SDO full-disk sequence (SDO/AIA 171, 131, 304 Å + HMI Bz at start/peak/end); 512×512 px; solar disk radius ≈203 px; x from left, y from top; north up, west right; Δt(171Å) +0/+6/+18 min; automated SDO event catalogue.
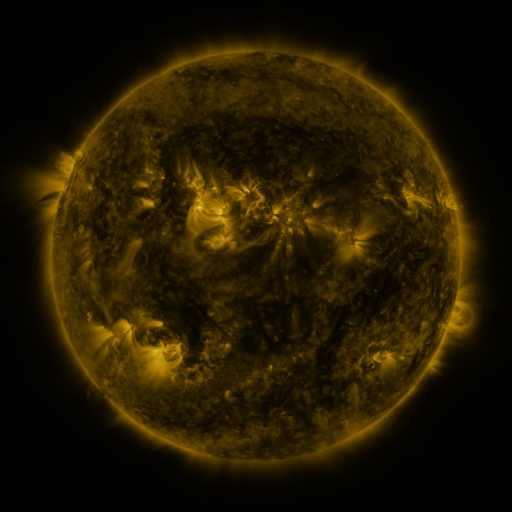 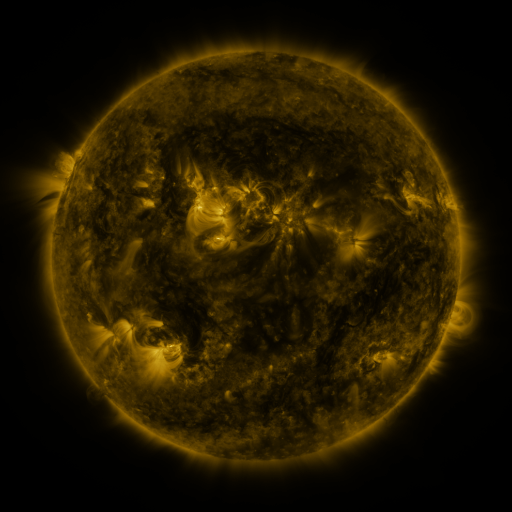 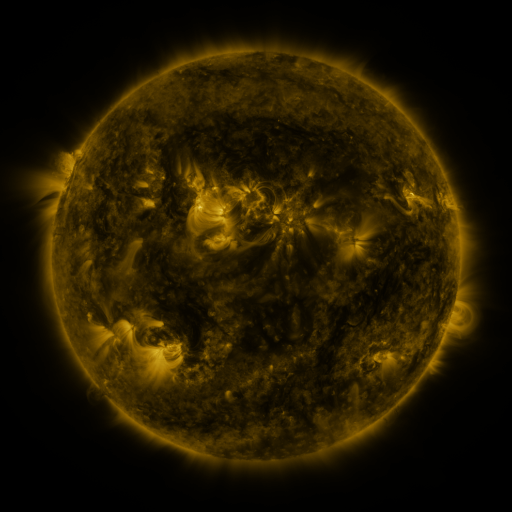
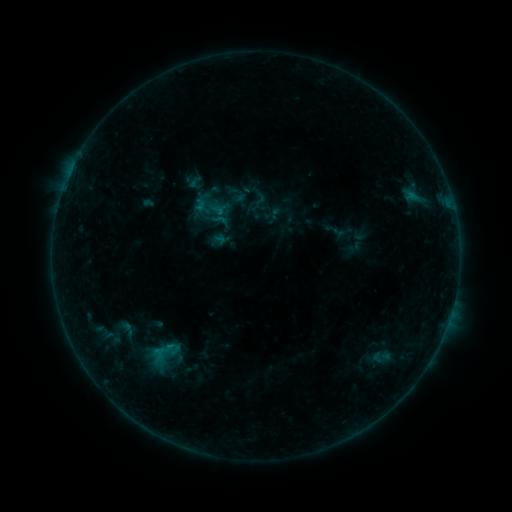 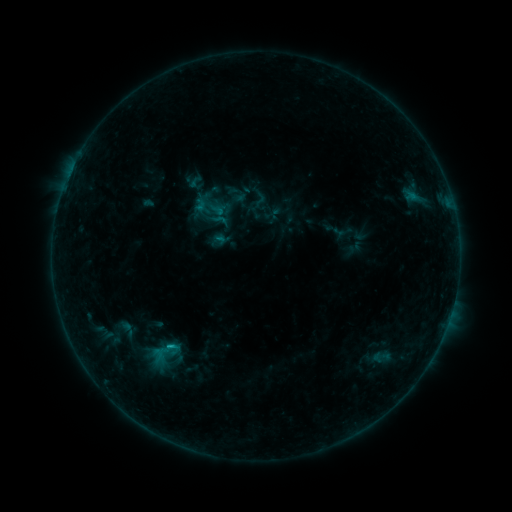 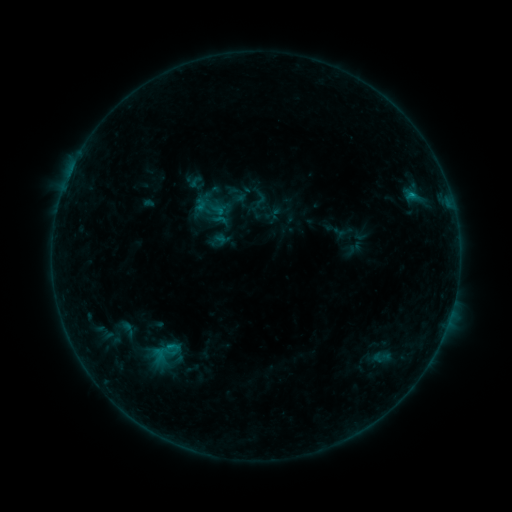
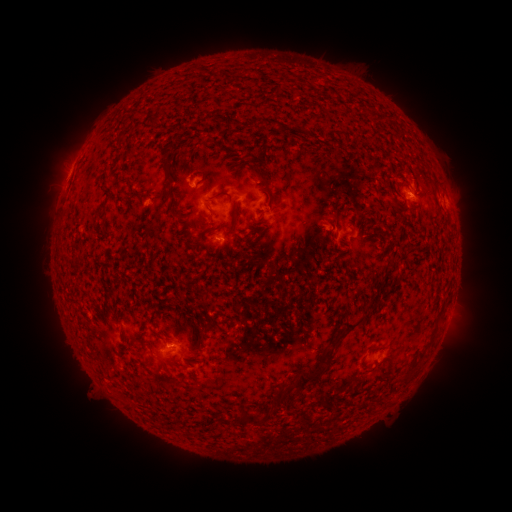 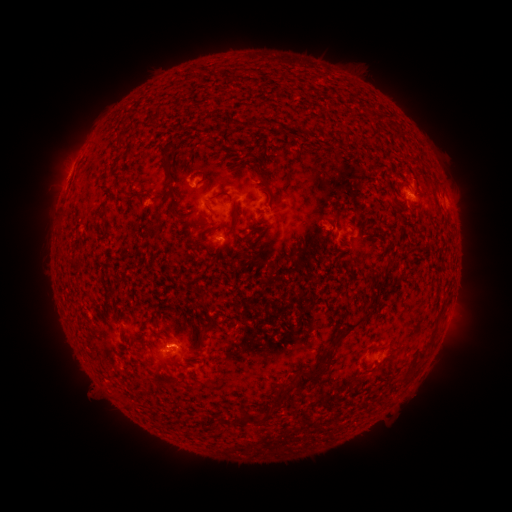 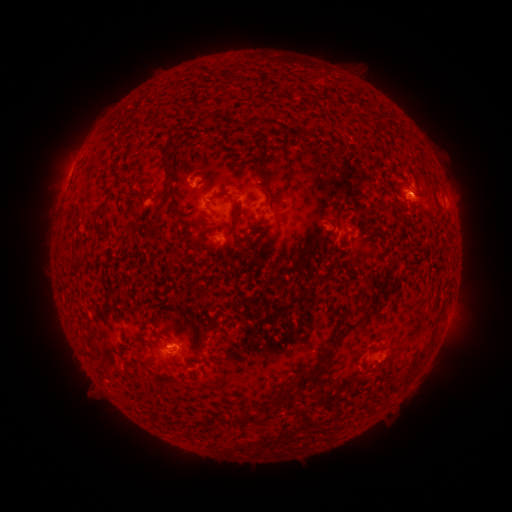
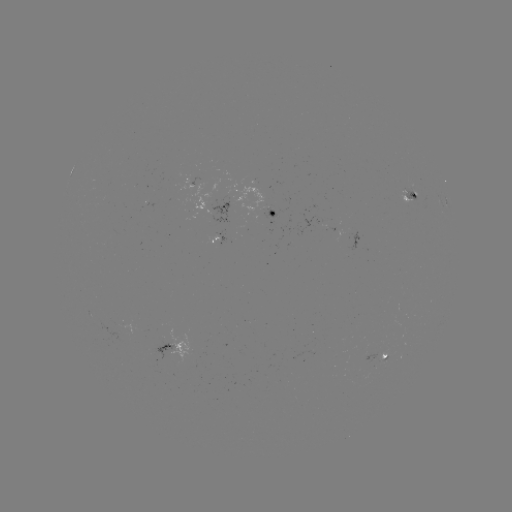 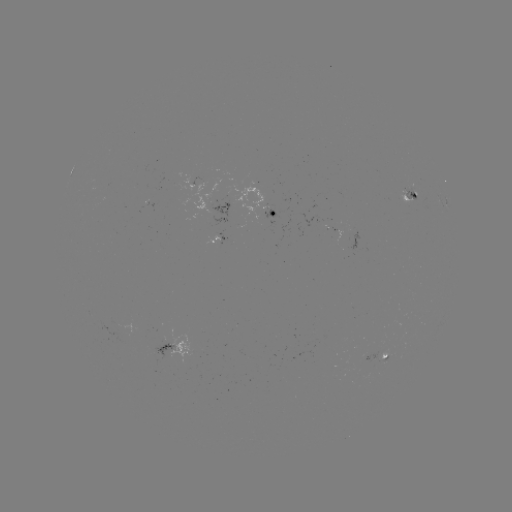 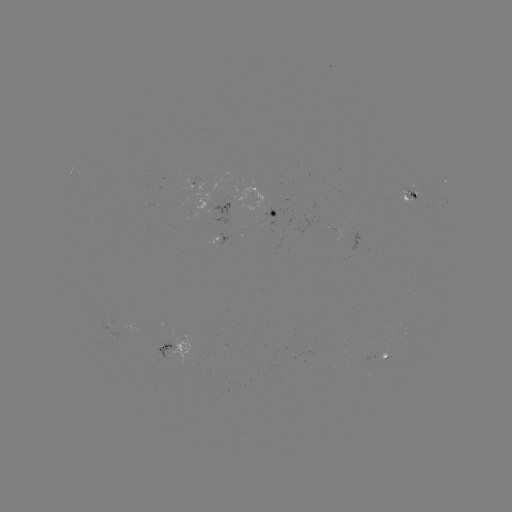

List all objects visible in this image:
B5.3 flare: (173, 345)
